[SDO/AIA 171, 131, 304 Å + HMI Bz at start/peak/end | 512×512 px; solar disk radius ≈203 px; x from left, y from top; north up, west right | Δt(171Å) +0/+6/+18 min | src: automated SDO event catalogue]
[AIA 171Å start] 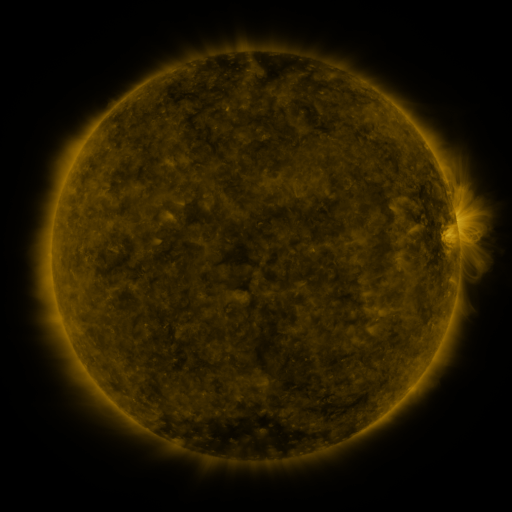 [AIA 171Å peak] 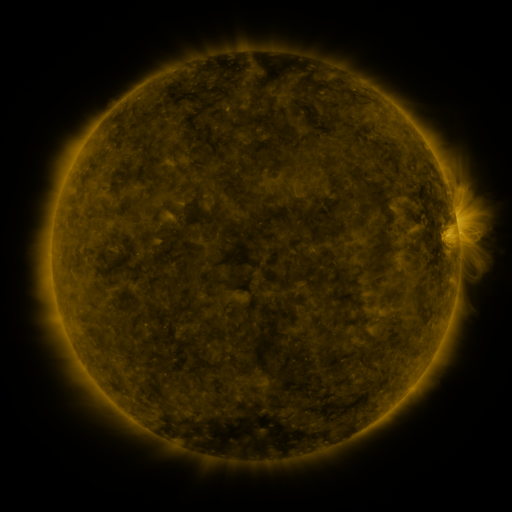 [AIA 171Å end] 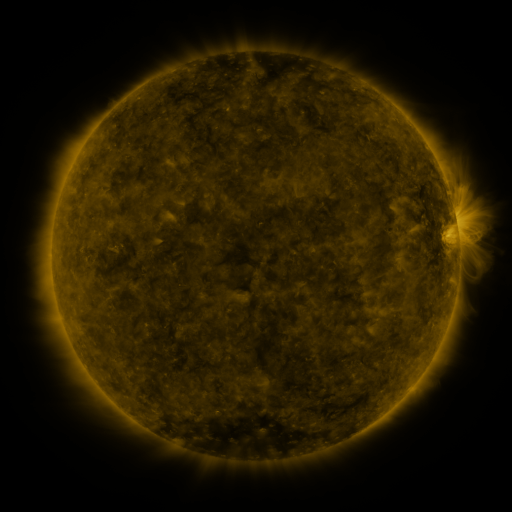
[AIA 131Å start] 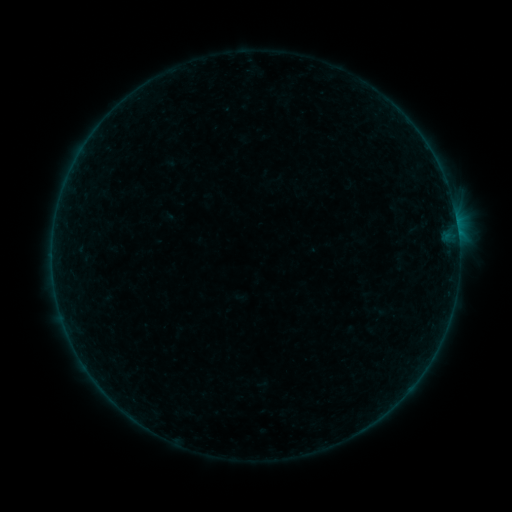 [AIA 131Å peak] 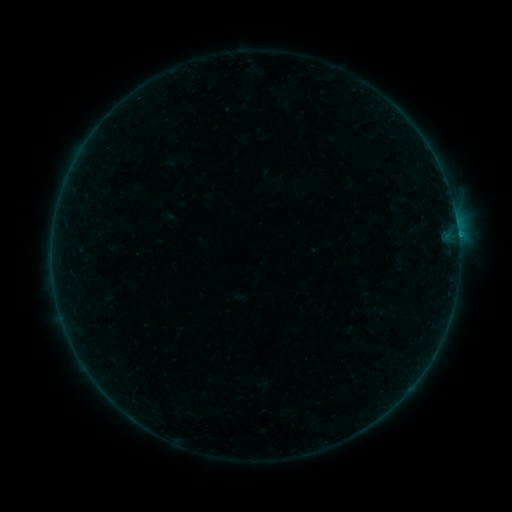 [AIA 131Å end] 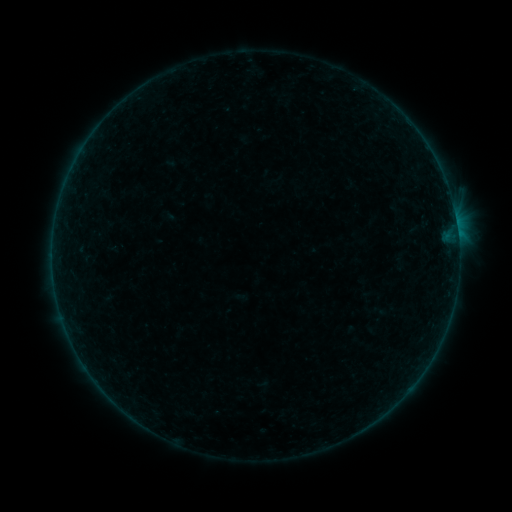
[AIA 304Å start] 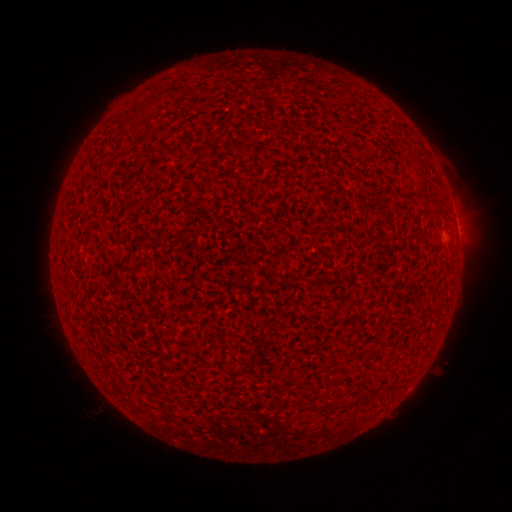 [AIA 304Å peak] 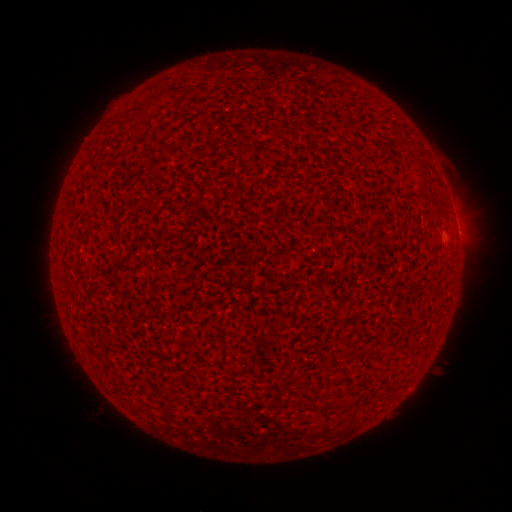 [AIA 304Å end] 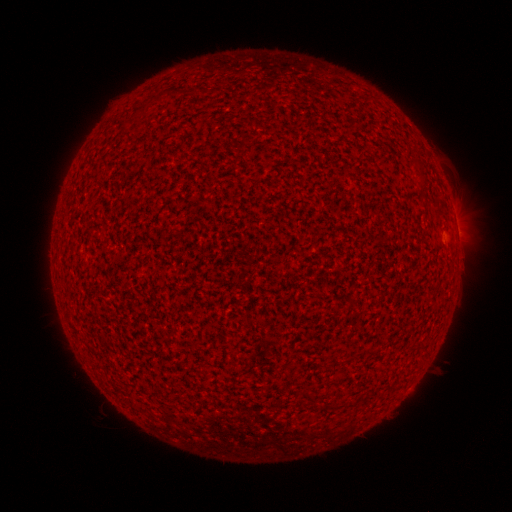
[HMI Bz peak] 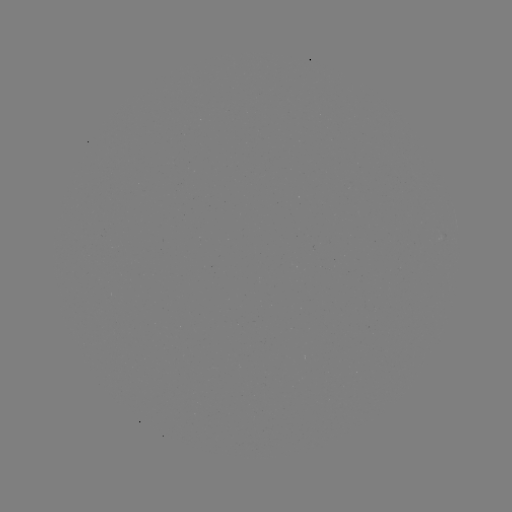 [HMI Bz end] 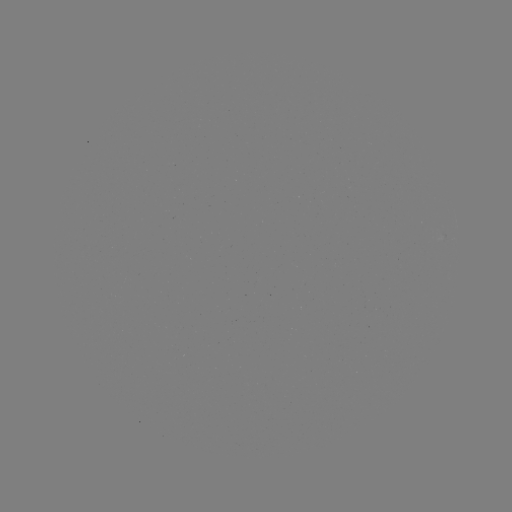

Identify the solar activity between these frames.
B1.5 flare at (458, 237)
